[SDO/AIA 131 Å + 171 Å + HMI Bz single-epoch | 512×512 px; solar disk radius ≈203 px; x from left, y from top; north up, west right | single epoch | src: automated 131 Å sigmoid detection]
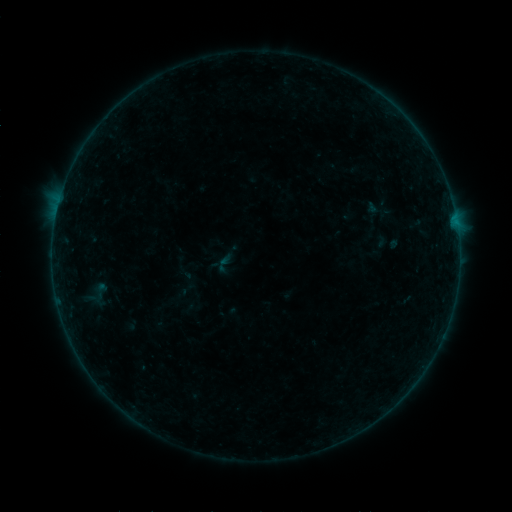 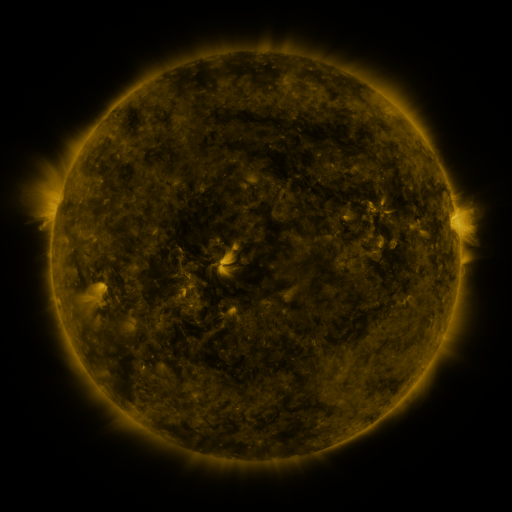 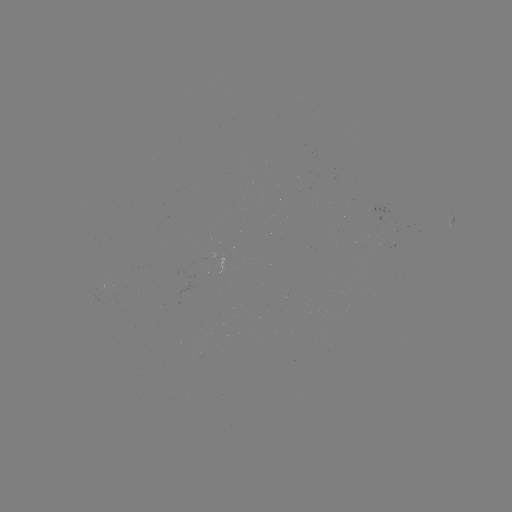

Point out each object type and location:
sigmoid: (226, 264)
sigmoid: (100, 290)
